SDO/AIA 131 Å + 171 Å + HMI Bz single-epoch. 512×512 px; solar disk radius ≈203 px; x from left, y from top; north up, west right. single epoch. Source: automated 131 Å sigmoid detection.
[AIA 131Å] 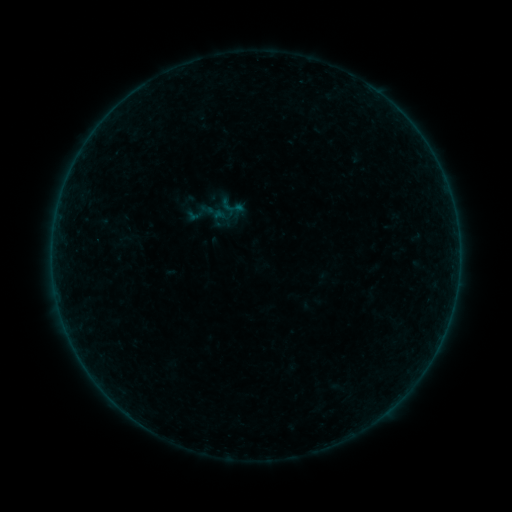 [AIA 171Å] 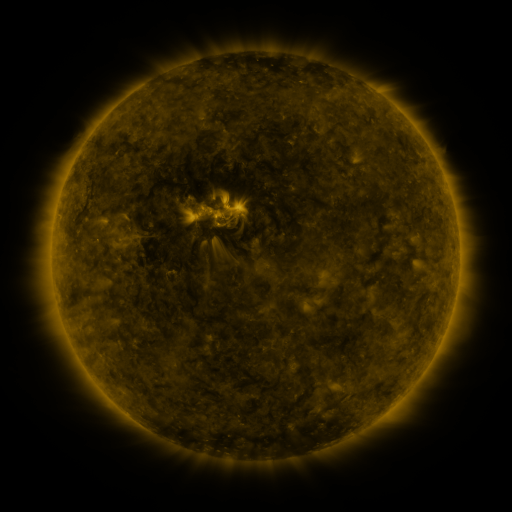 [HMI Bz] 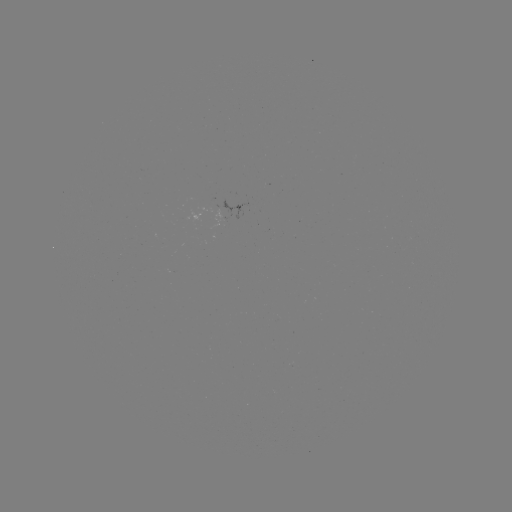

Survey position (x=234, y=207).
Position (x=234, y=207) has sigmoid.